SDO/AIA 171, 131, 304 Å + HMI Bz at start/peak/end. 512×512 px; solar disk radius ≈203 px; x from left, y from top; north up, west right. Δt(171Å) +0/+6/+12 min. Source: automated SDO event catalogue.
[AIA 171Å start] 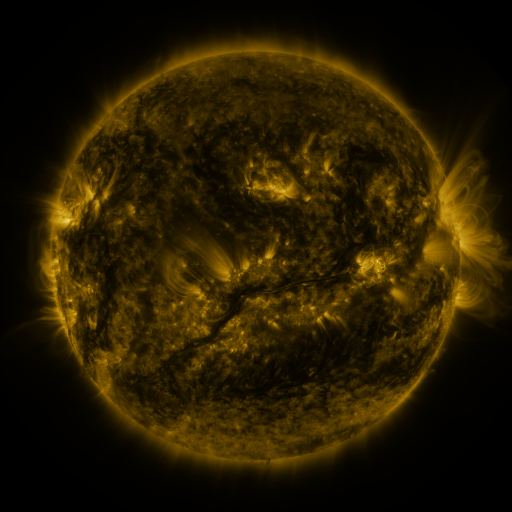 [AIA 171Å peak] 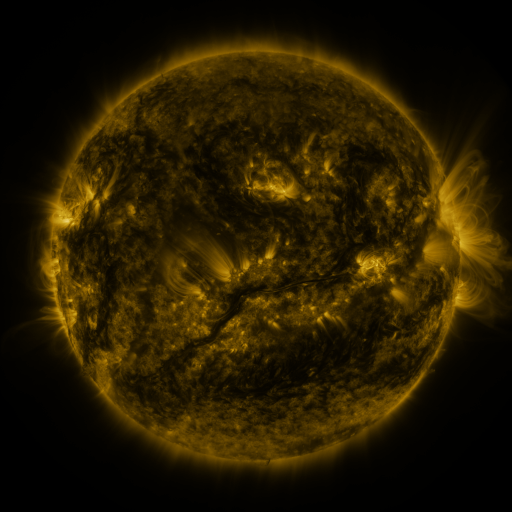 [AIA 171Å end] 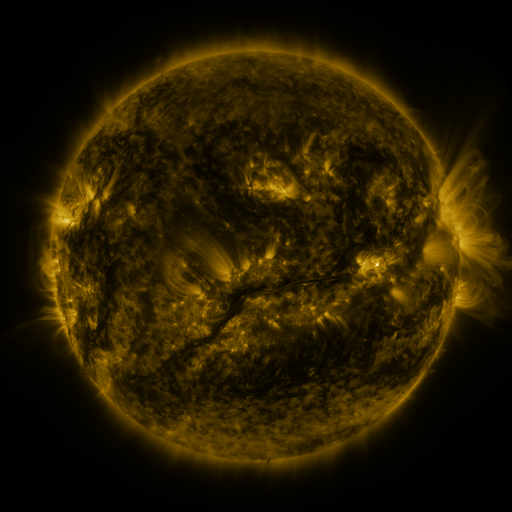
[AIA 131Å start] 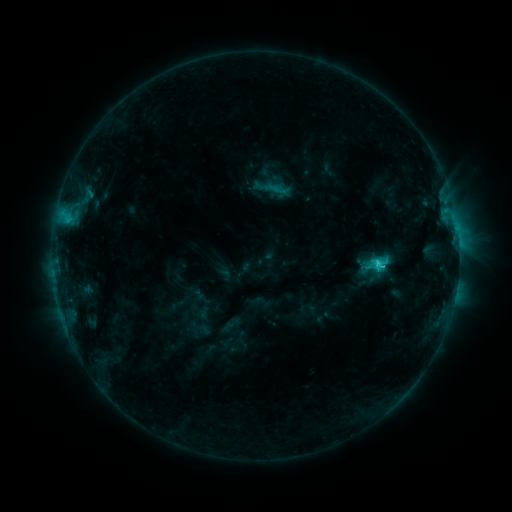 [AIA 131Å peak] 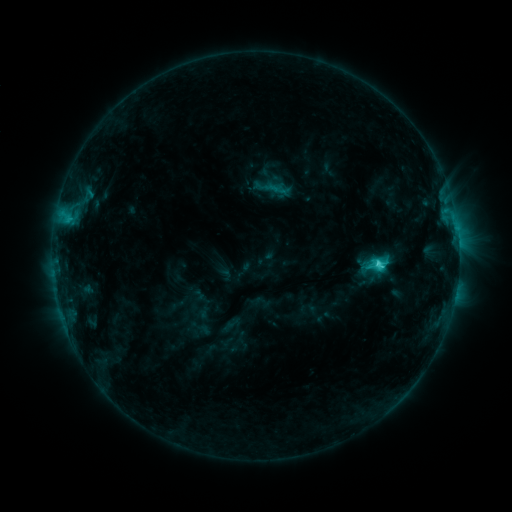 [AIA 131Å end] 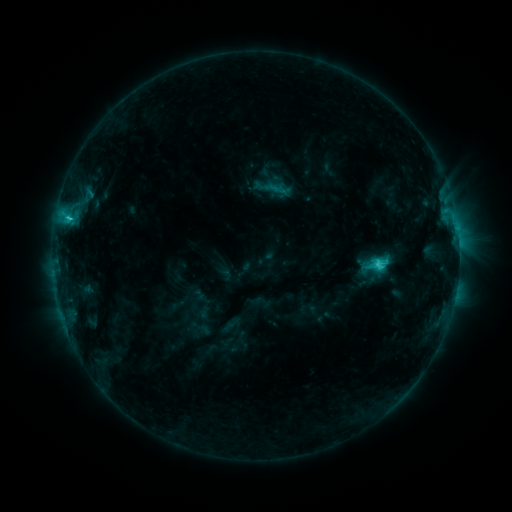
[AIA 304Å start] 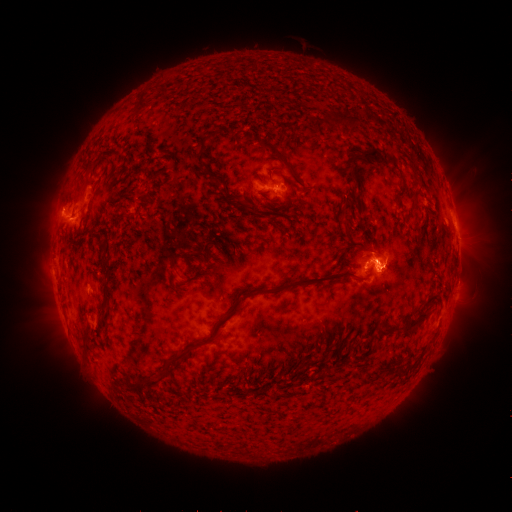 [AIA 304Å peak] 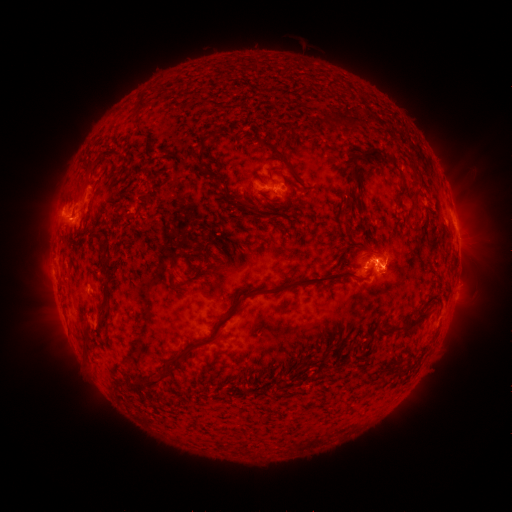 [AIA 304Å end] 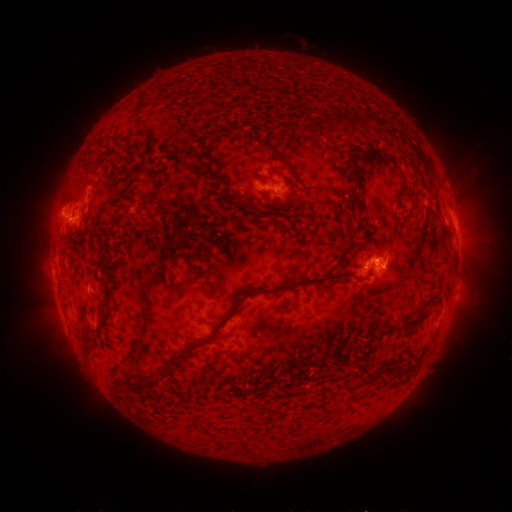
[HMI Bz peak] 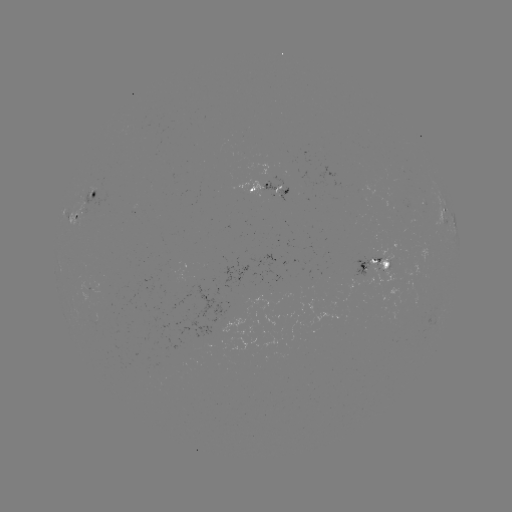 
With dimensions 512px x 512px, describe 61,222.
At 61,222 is eruption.